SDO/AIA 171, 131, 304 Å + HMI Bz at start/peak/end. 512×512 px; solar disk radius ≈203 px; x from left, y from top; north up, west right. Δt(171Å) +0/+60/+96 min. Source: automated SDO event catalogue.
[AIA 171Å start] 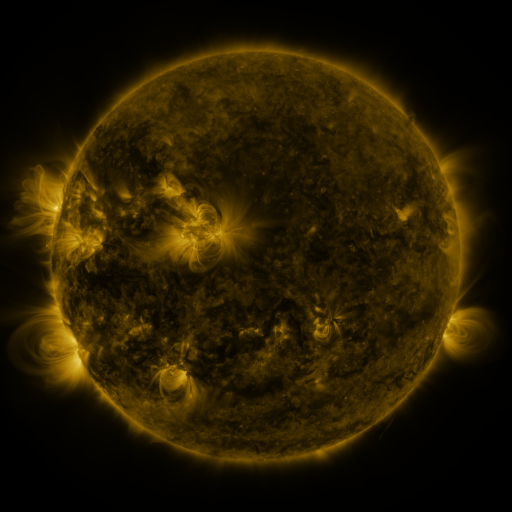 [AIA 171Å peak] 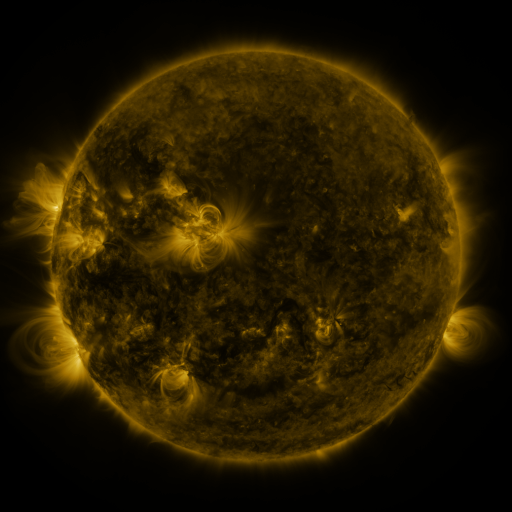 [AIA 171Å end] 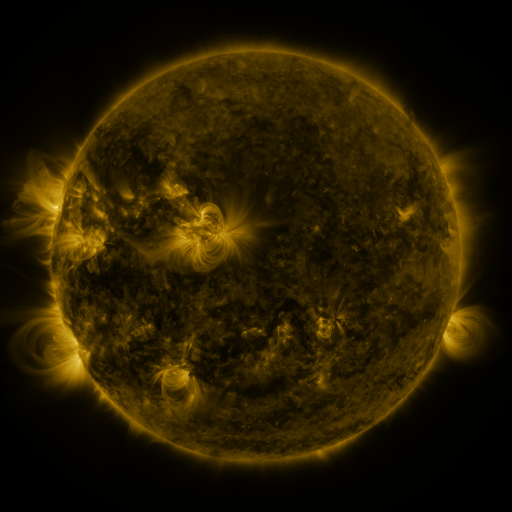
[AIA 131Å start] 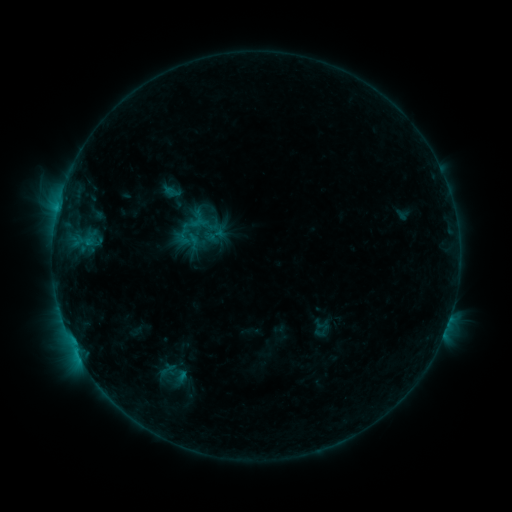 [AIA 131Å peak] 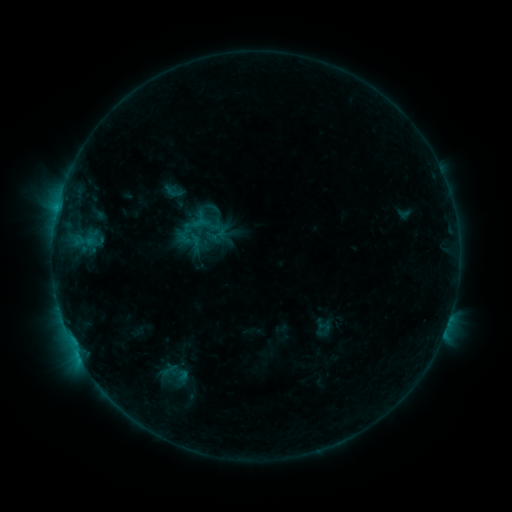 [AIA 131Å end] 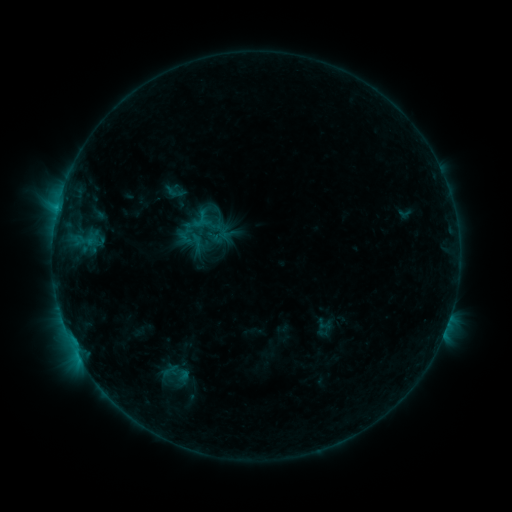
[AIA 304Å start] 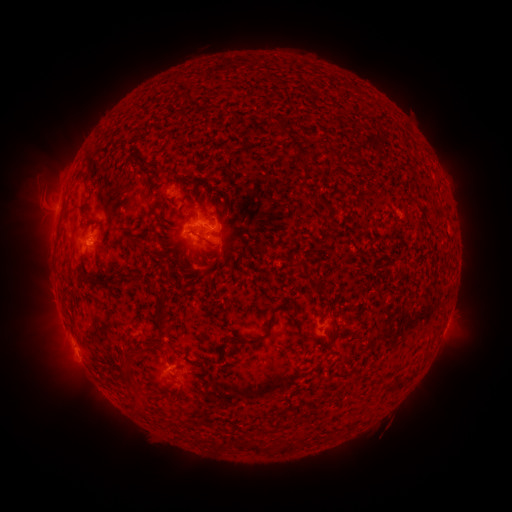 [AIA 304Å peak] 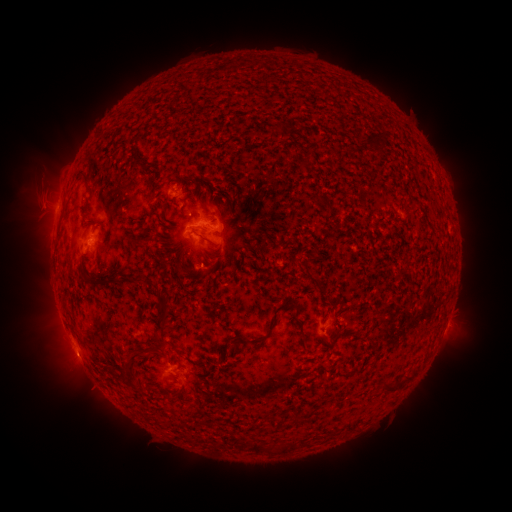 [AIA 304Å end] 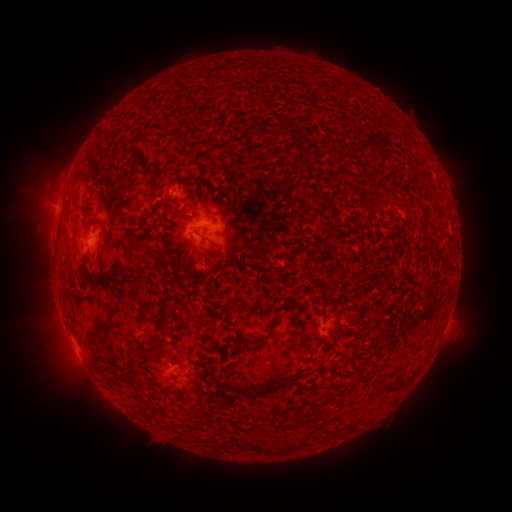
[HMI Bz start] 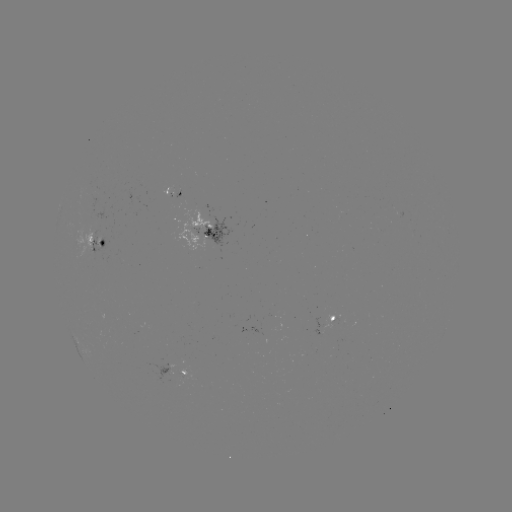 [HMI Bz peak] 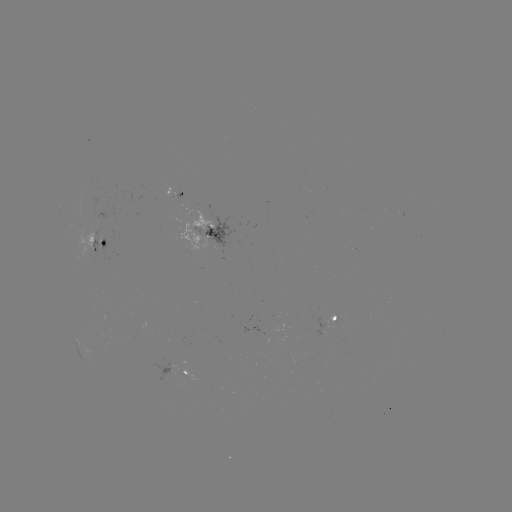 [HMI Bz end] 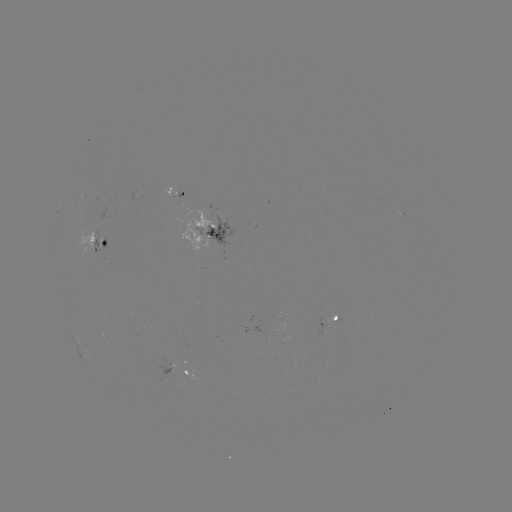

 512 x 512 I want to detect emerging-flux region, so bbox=[176, 189, 183, 200].